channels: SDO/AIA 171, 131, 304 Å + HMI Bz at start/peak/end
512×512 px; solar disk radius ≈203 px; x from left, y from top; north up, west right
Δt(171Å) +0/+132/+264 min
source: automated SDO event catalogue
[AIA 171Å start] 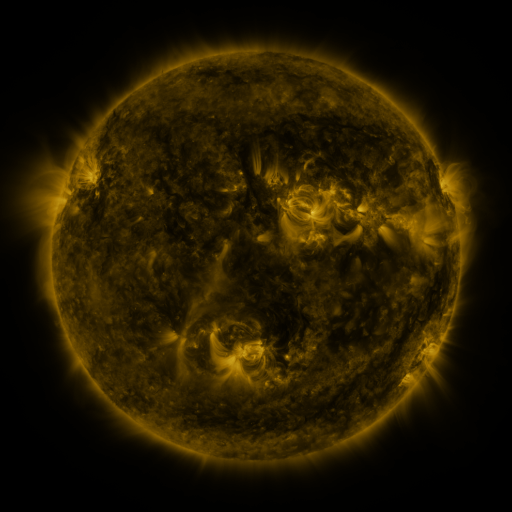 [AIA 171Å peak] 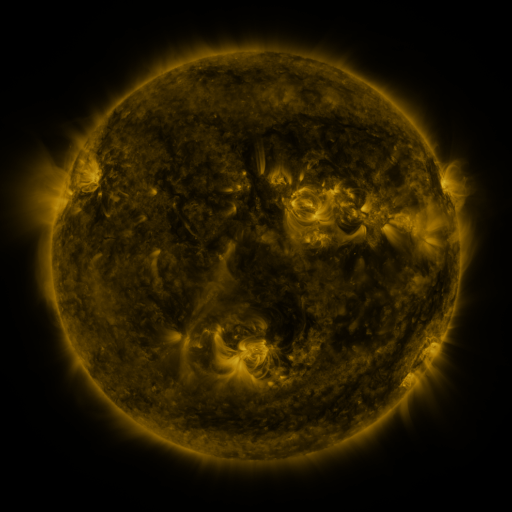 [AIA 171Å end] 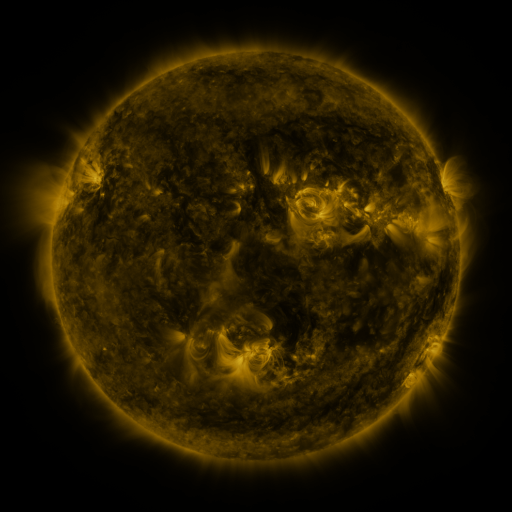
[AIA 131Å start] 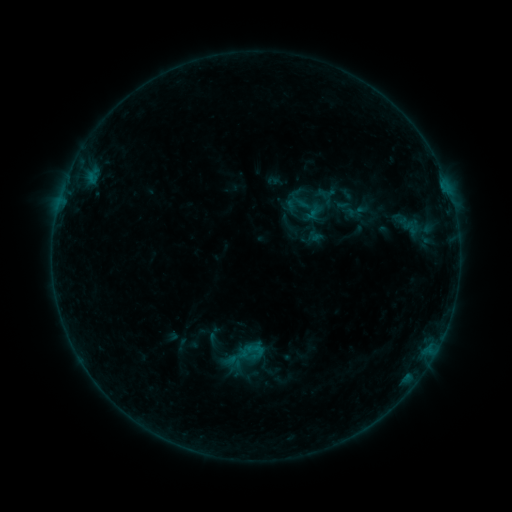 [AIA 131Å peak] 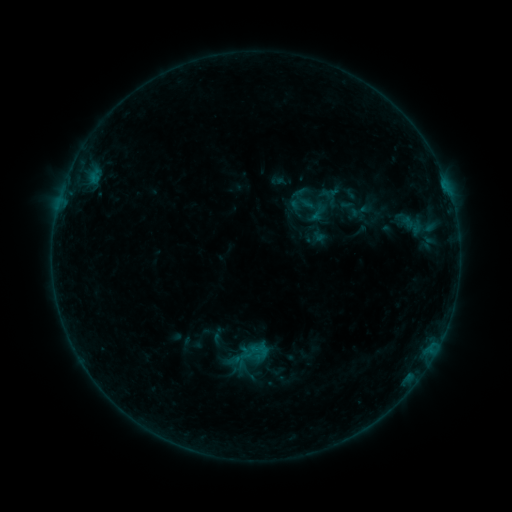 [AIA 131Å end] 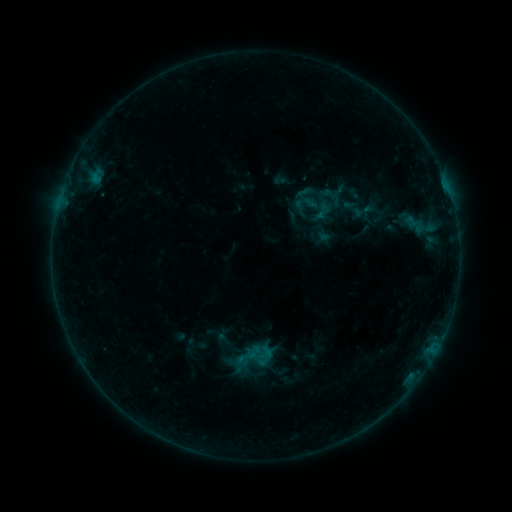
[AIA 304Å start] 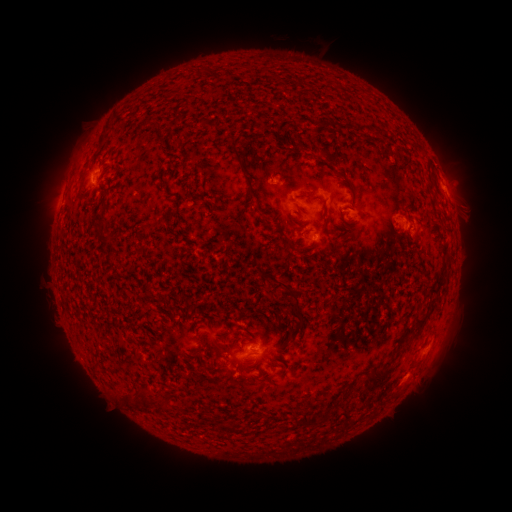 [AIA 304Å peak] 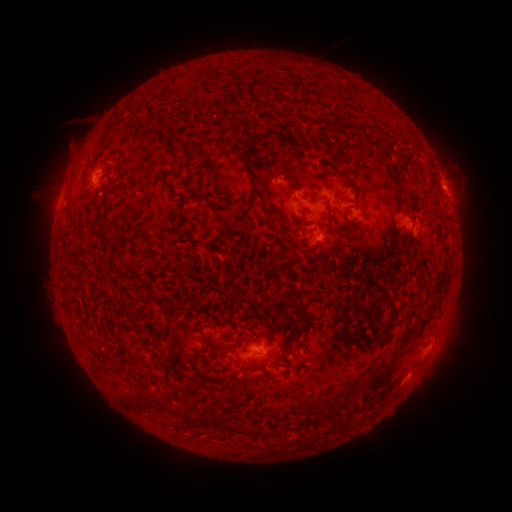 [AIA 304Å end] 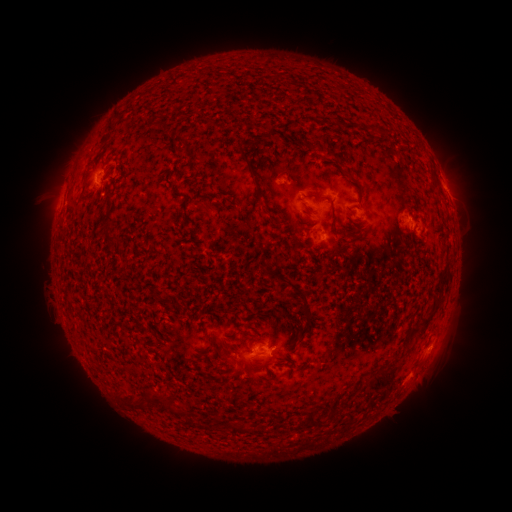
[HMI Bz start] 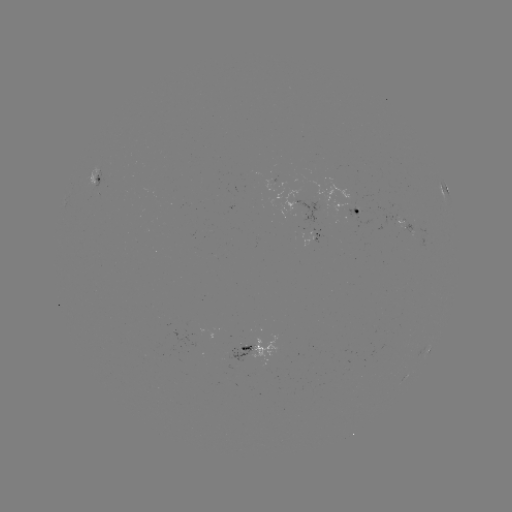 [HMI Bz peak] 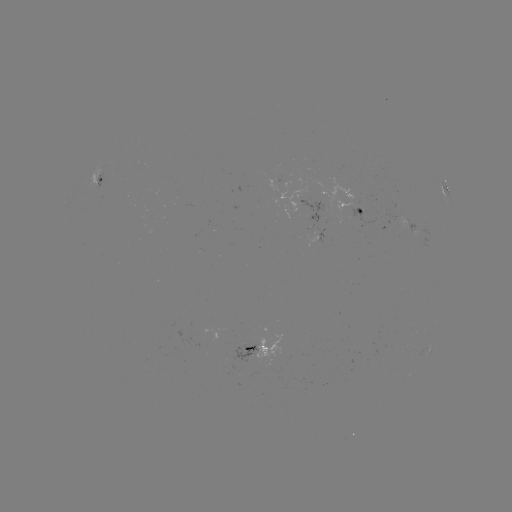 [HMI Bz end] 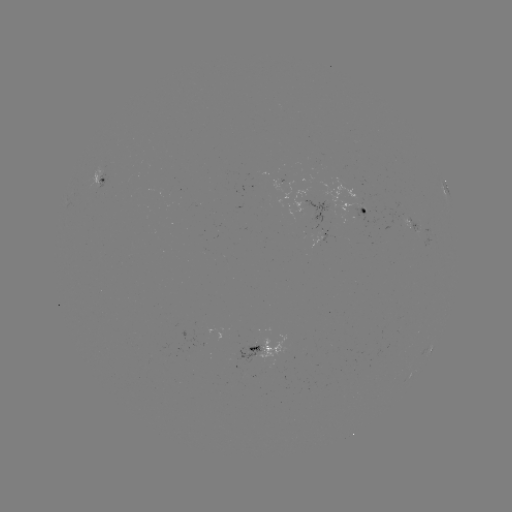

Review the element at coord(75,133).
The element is filament eruption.